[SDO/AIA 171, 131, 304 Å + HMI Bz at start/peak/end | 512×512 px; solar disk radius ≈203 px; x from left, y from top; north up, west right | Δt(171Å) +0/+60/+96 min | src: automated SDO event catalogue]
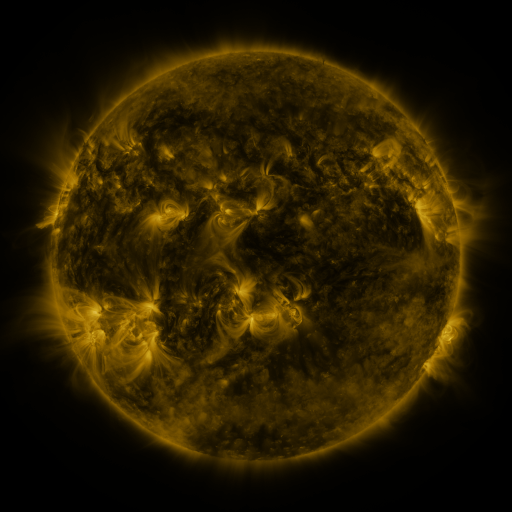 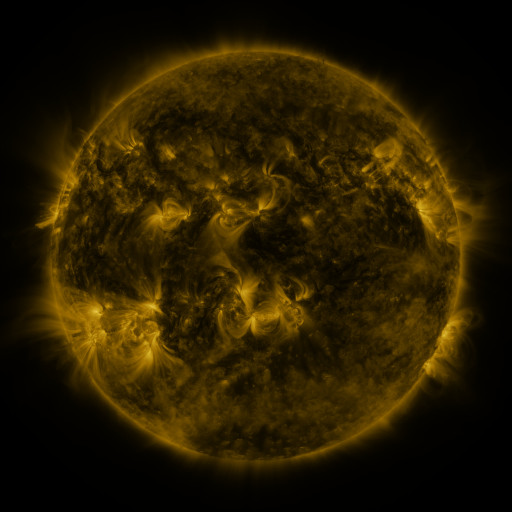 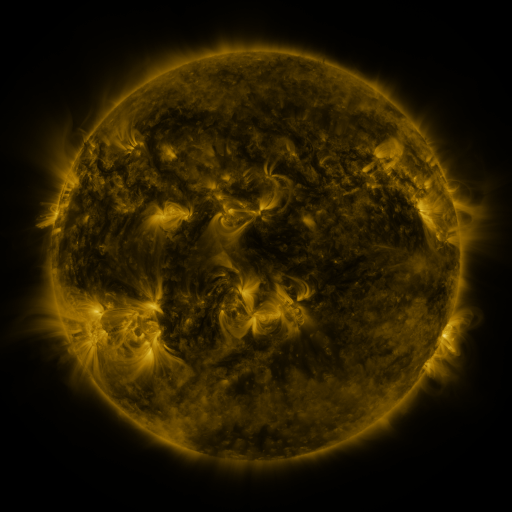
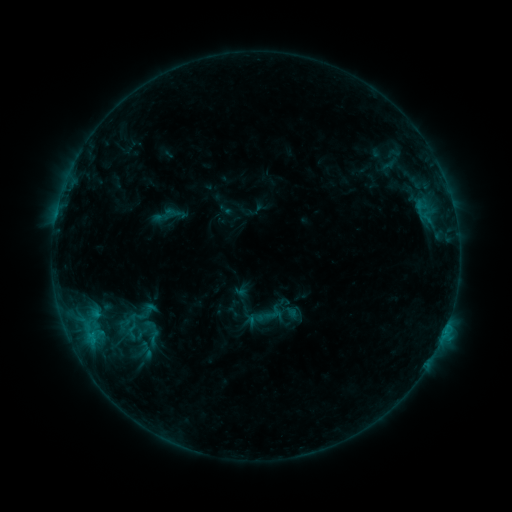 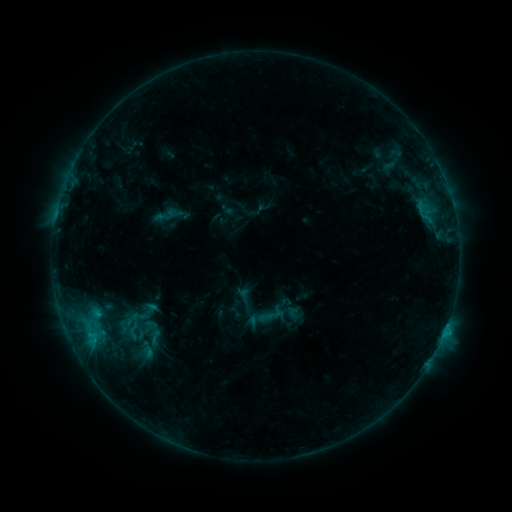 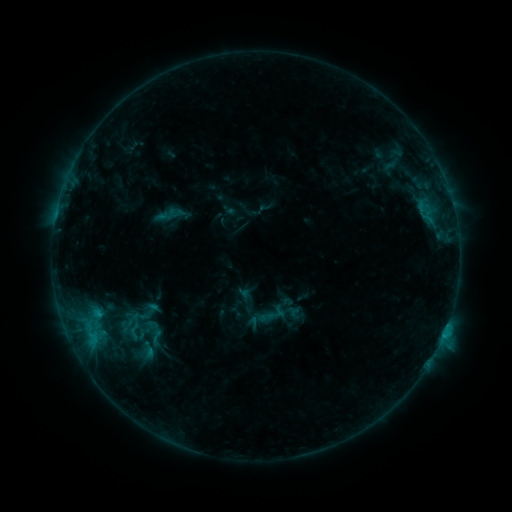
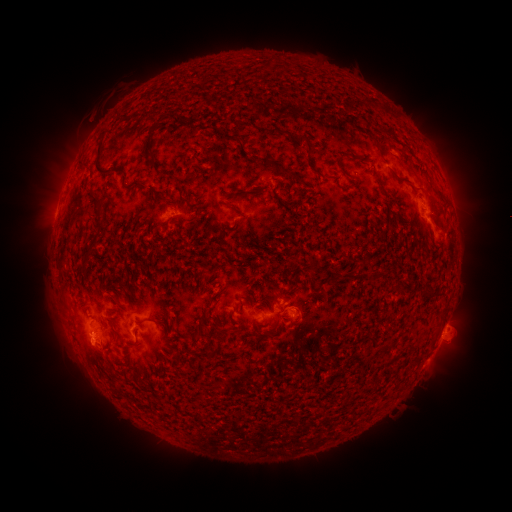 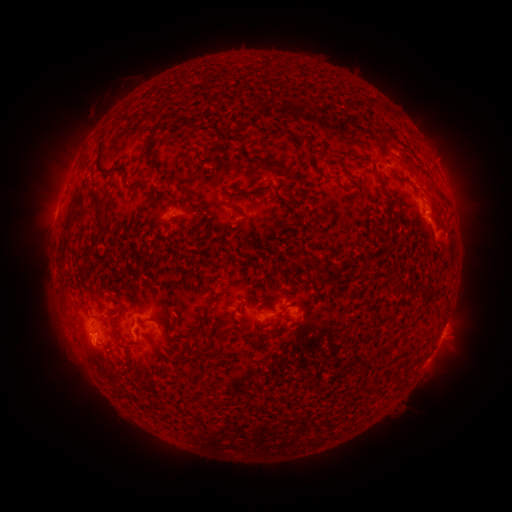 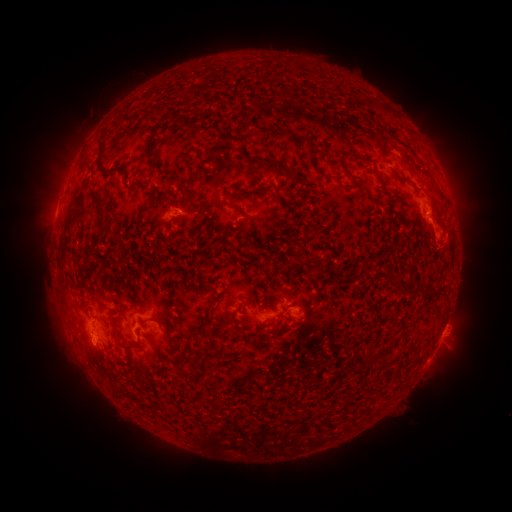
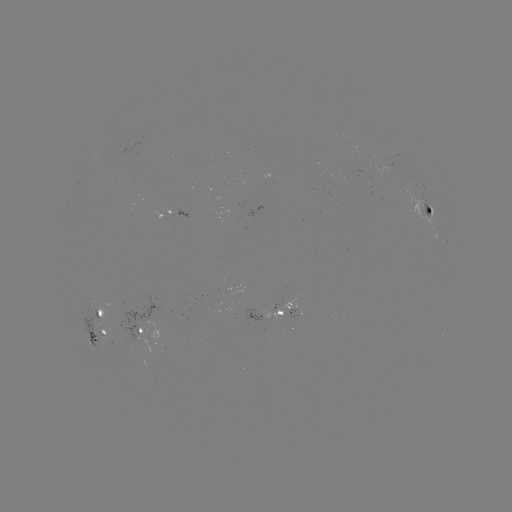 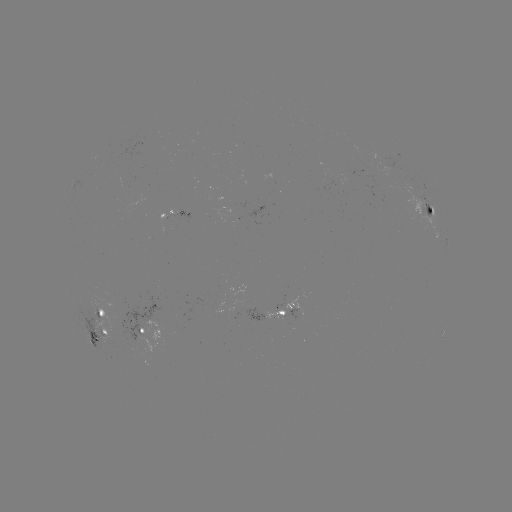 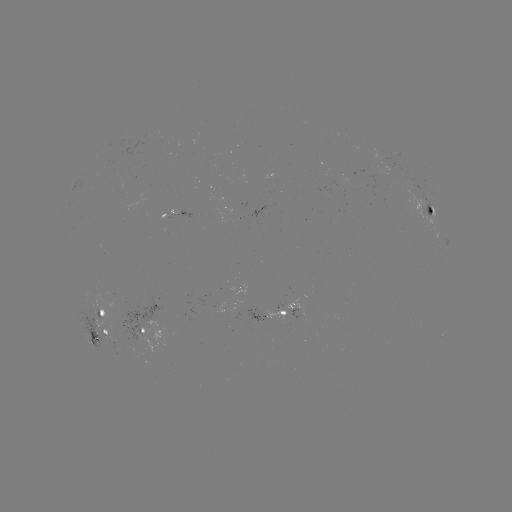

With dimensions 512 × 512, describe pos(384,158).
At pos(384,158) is emerging-flux region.